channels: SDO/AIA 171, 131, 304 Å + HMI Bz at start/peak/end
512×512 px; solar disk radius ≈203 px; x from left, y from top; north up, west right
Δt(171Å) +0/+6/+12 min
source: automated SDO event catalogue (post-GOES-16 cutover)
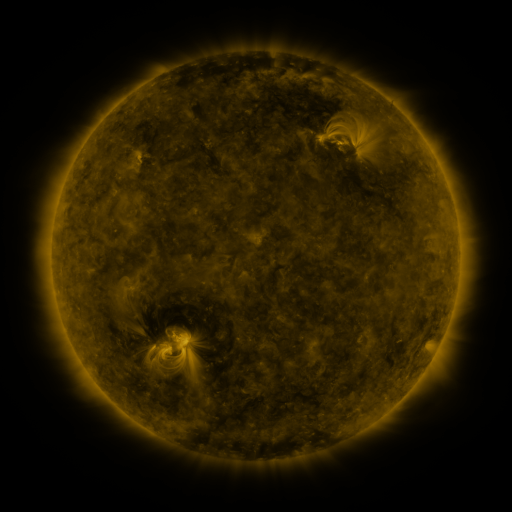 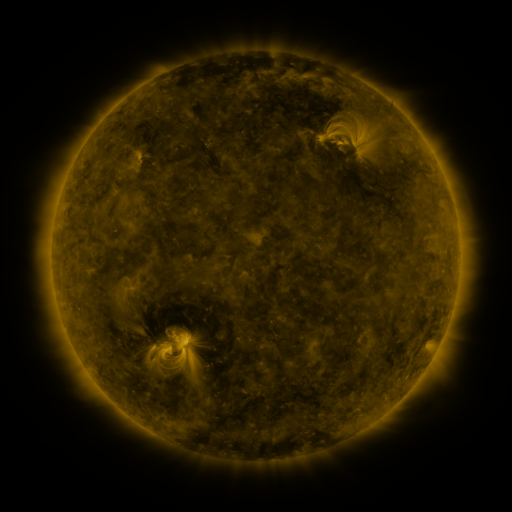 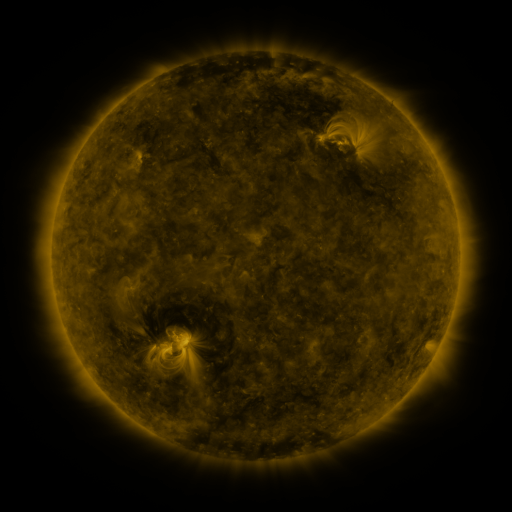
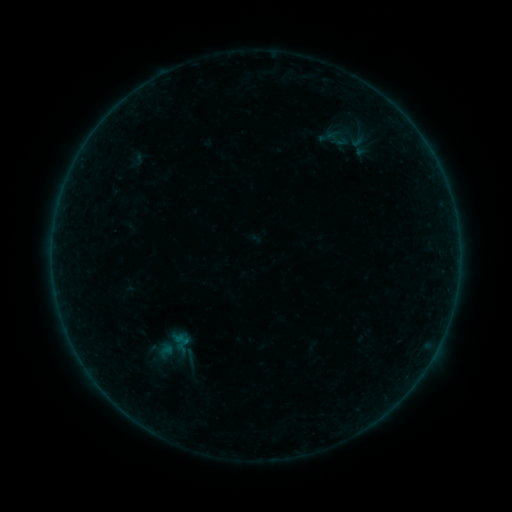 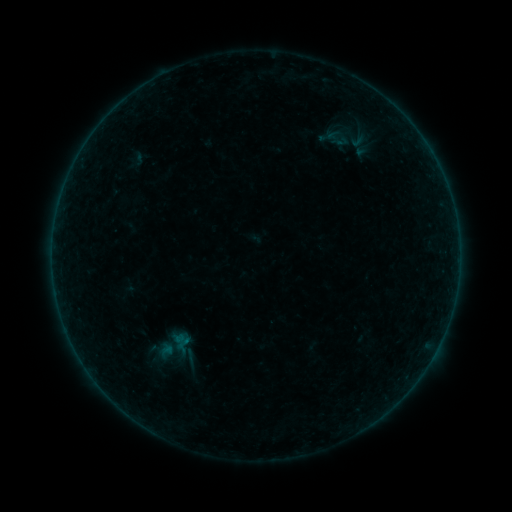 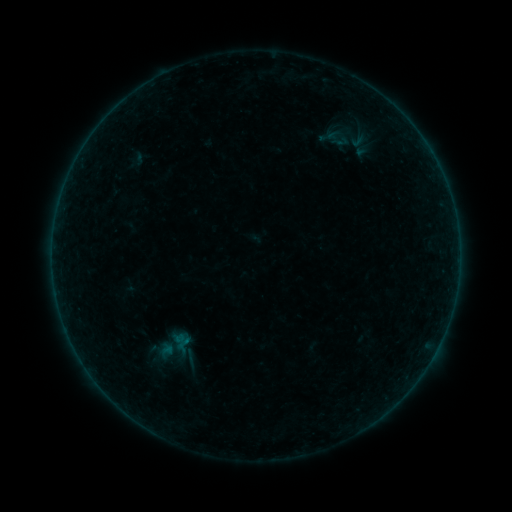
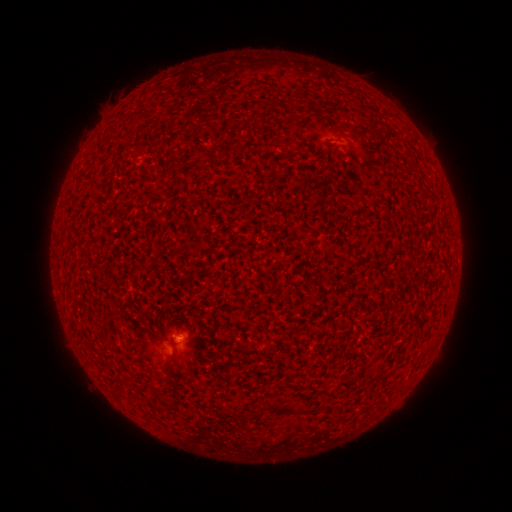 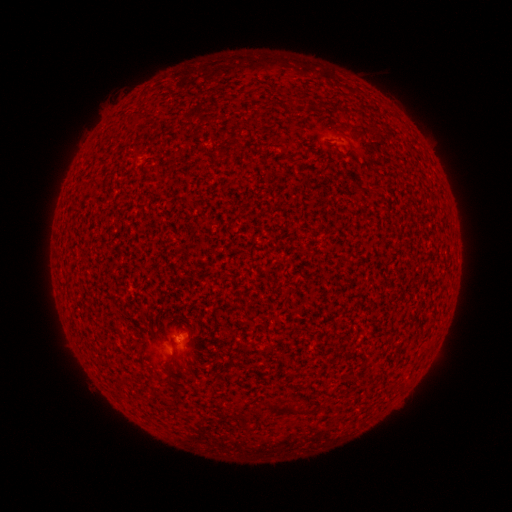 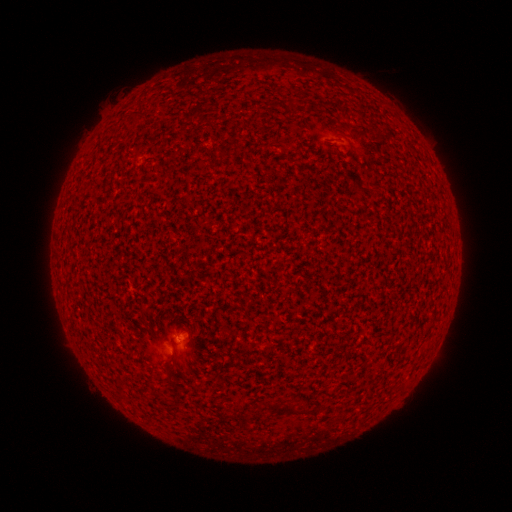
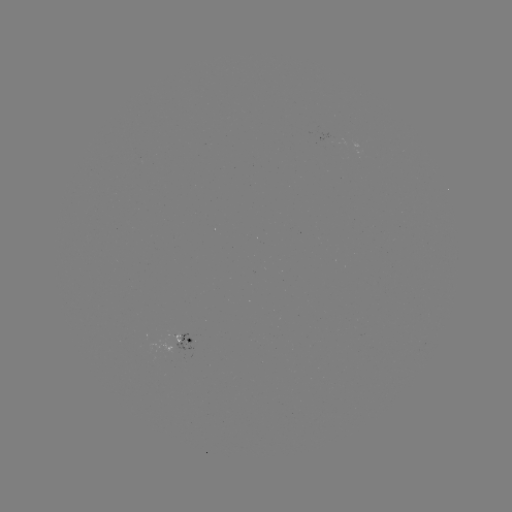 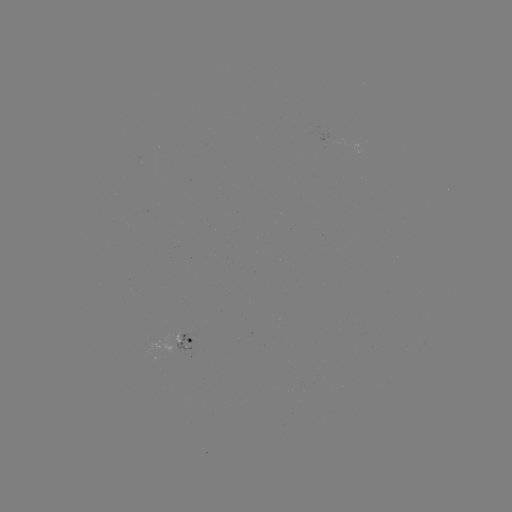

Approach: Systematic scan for A5.4 flare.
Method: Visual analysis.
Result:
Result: A5.4 flare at [179, 336].